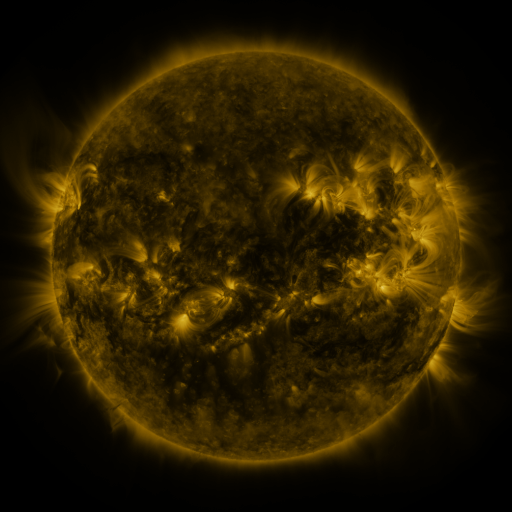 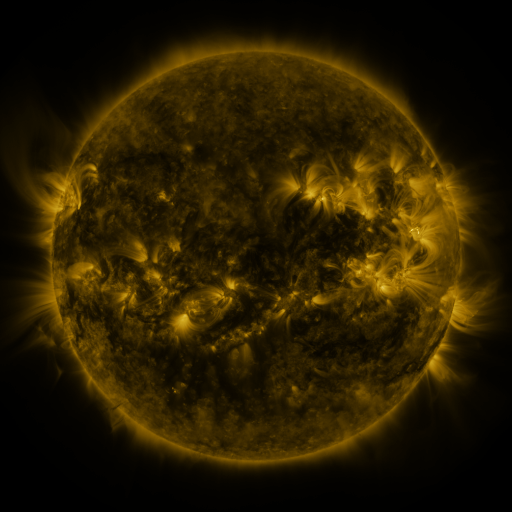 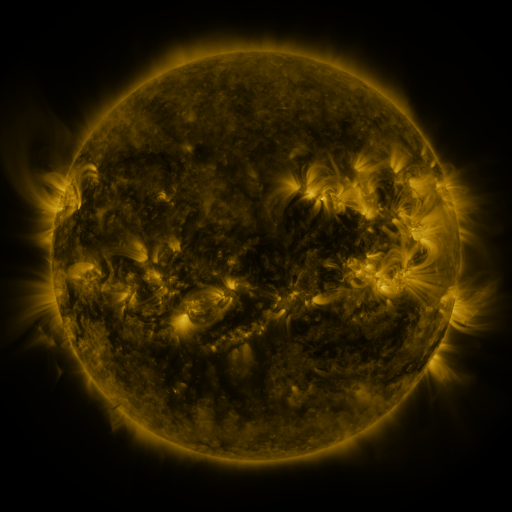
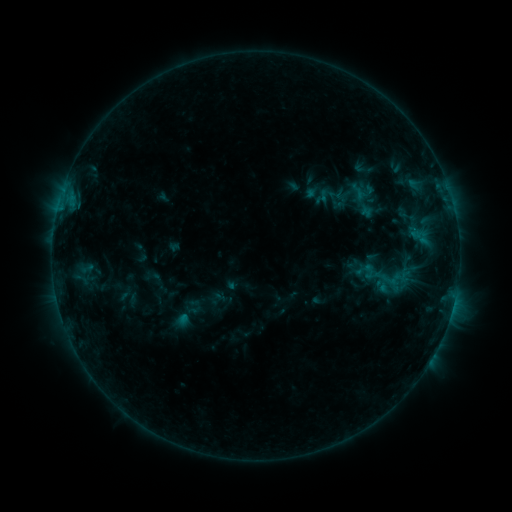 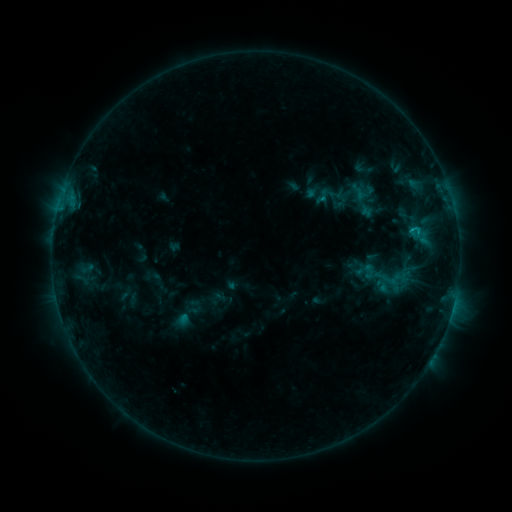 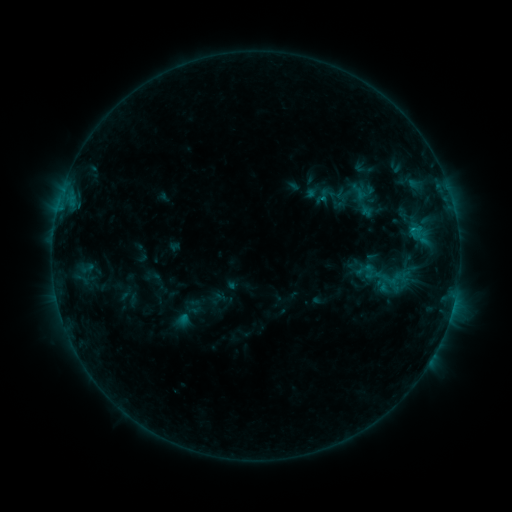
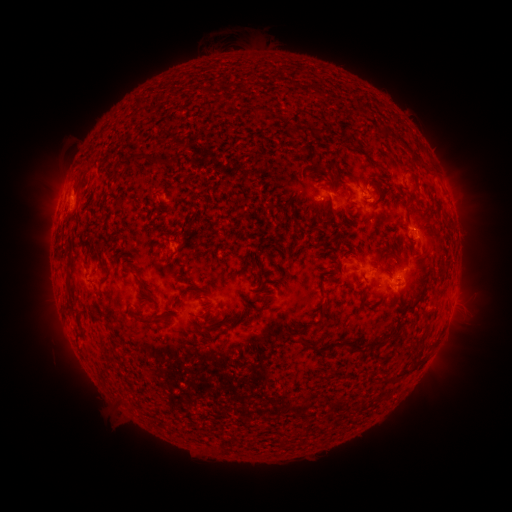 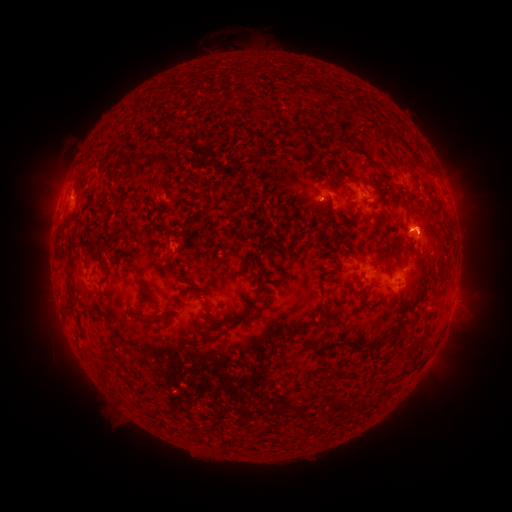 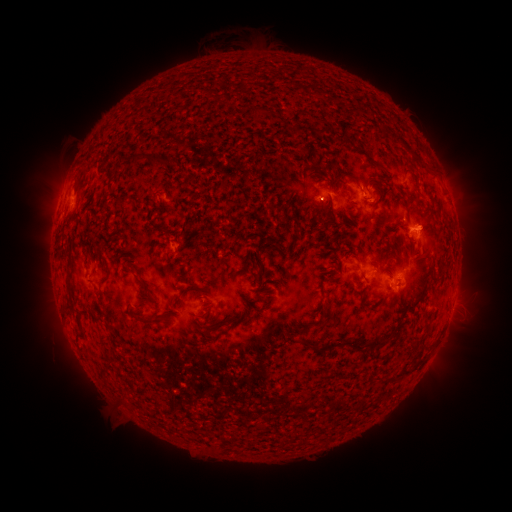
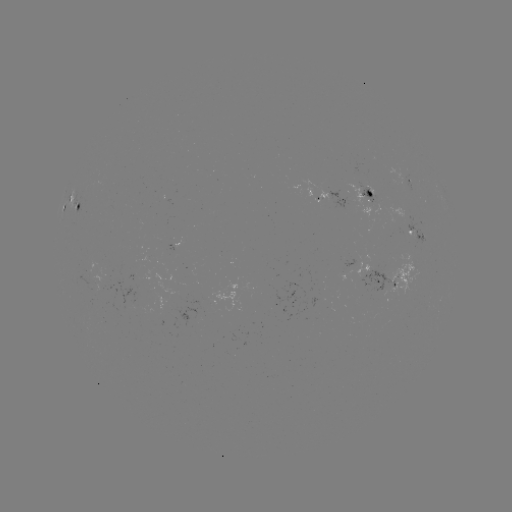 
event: flare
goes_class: B9.6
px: (411, 231)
